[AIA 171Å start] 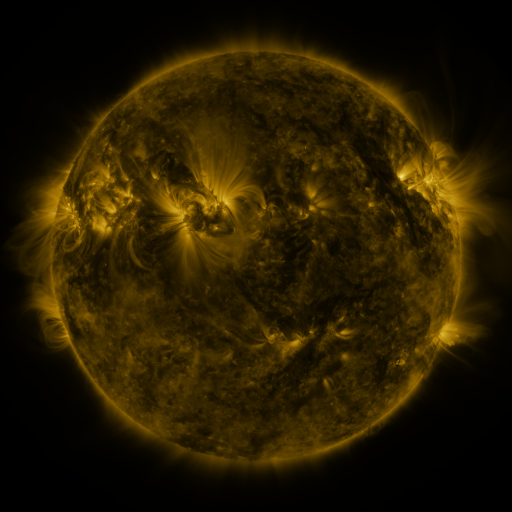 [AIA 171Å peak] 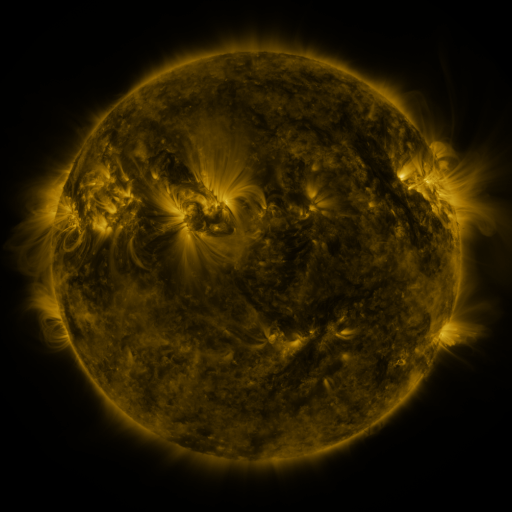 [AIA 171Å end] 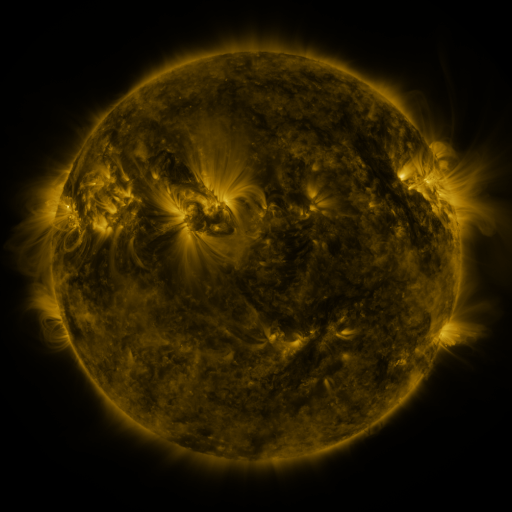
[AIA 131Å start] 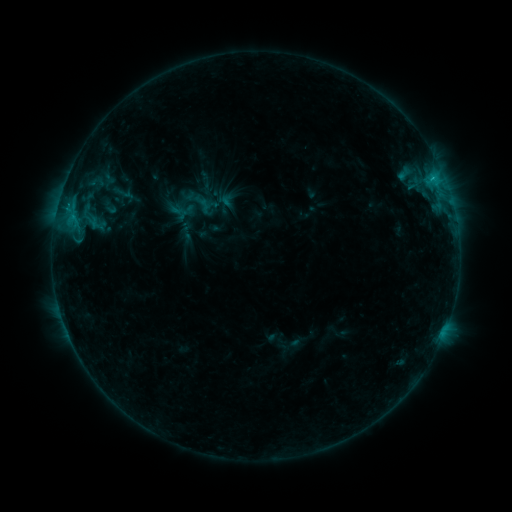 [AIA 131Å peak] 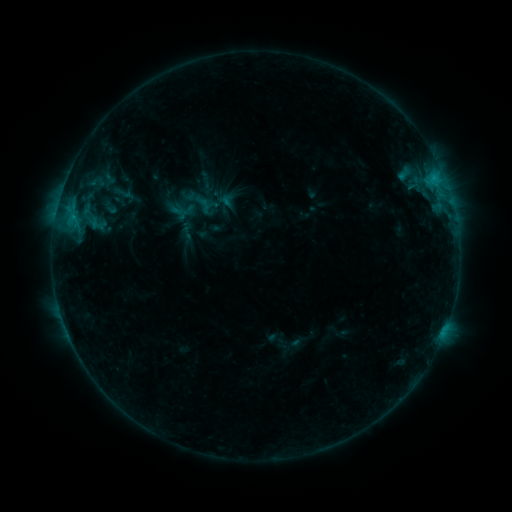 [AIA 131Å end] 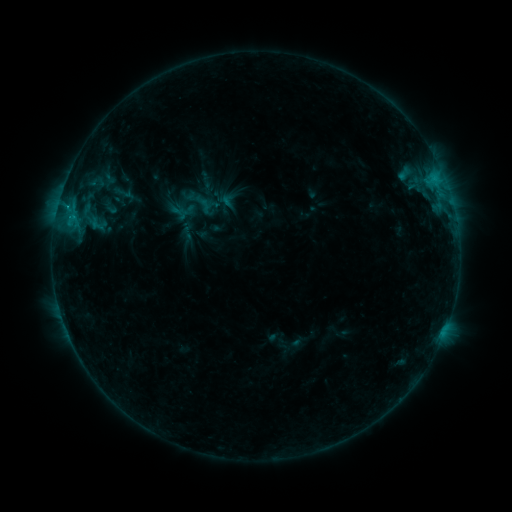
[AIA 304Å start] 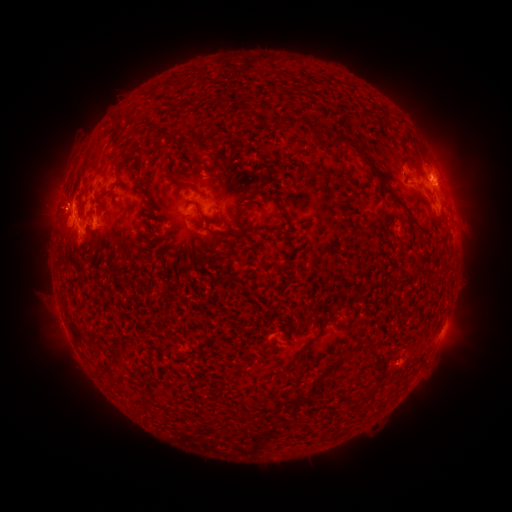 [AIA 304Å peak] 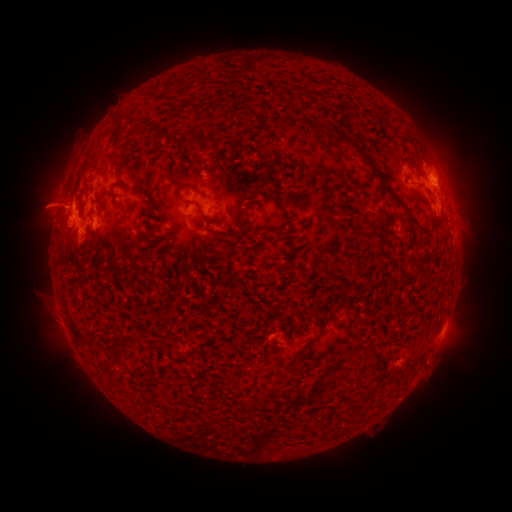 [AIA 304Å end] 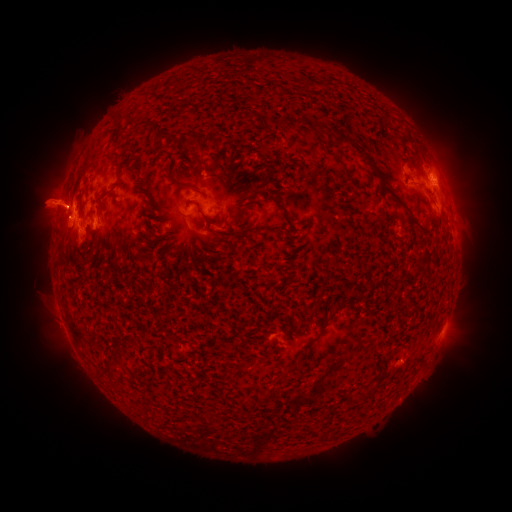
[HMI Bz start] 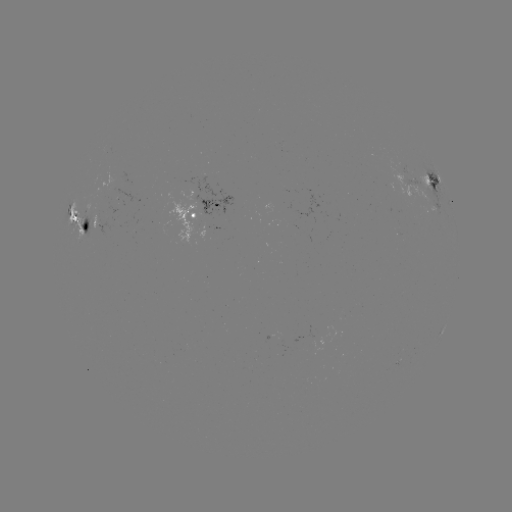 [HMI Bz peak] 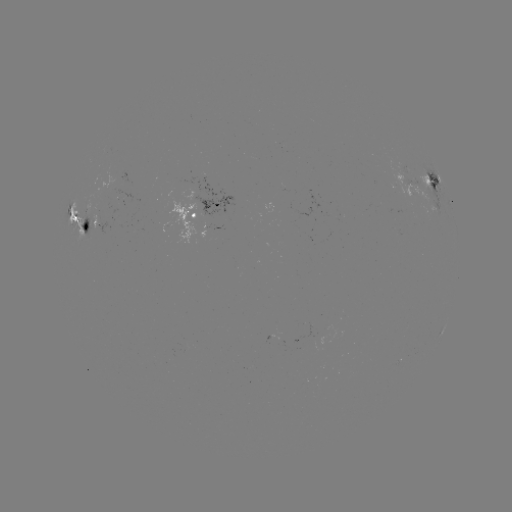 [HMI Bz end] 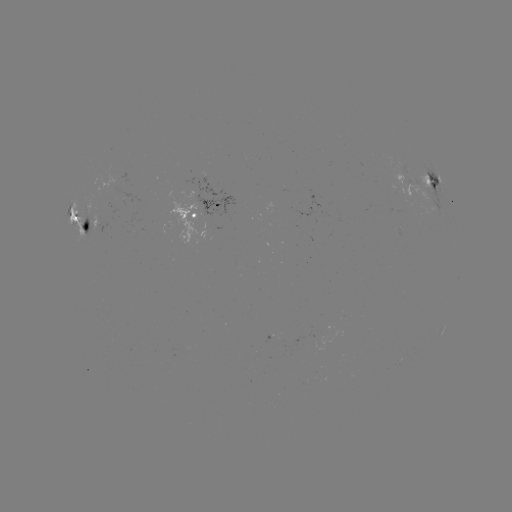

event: eruption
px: (48, 202)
